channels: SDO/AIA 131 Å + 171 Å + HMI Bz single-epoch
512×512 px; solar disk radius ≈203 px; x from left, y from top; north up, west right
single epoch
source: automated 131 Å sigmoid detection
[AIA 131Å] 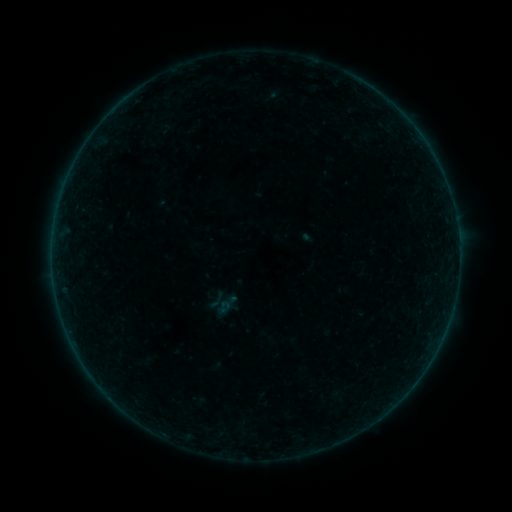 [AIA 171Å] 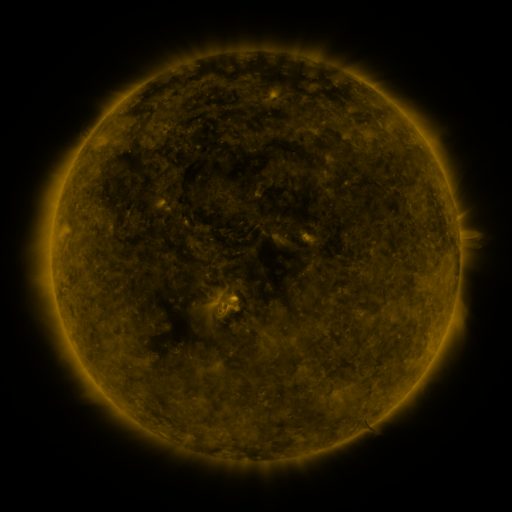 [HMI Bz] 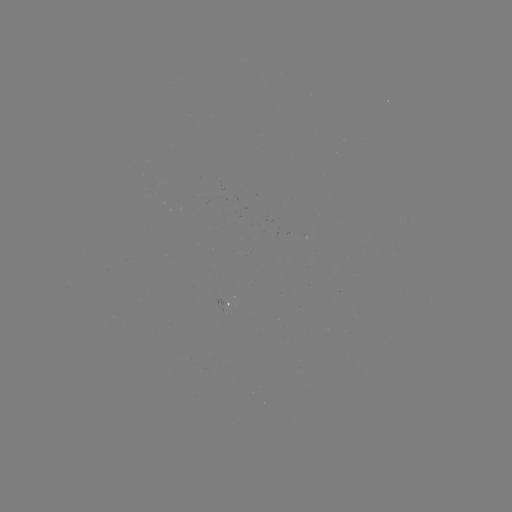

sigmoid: <bbox>206, 289, 227, 310</bbox>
